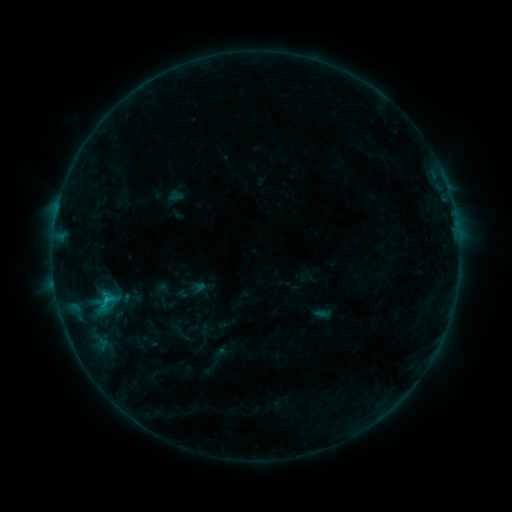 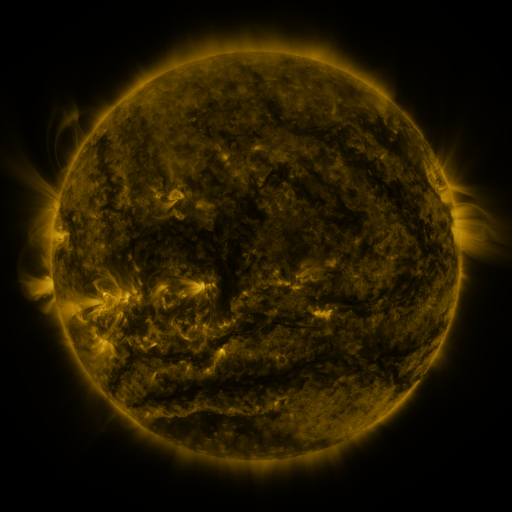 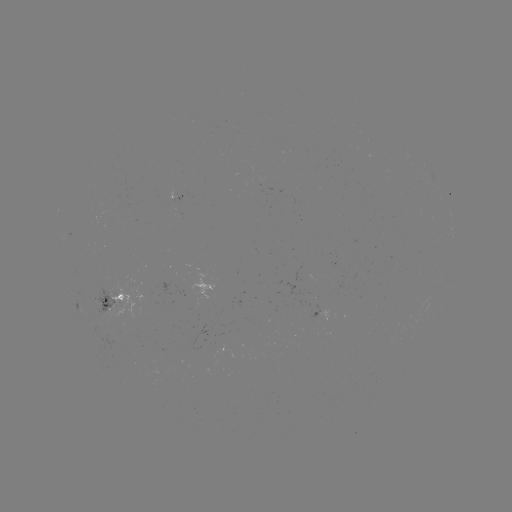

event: sigmoid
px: (105, 303)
